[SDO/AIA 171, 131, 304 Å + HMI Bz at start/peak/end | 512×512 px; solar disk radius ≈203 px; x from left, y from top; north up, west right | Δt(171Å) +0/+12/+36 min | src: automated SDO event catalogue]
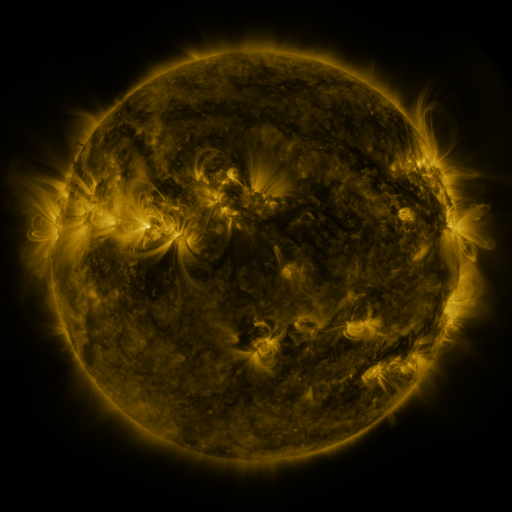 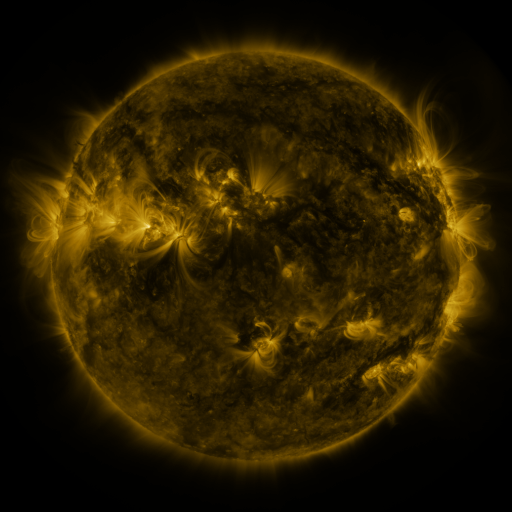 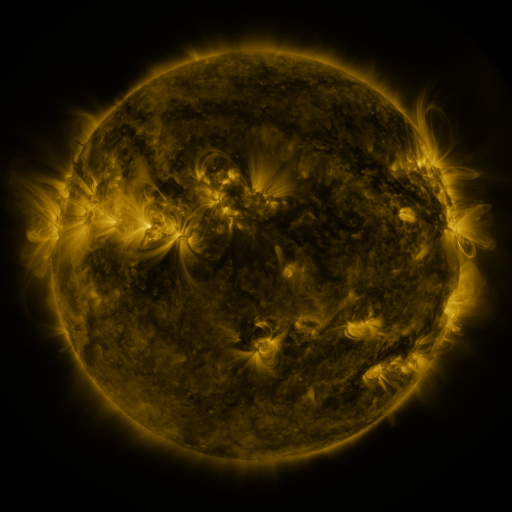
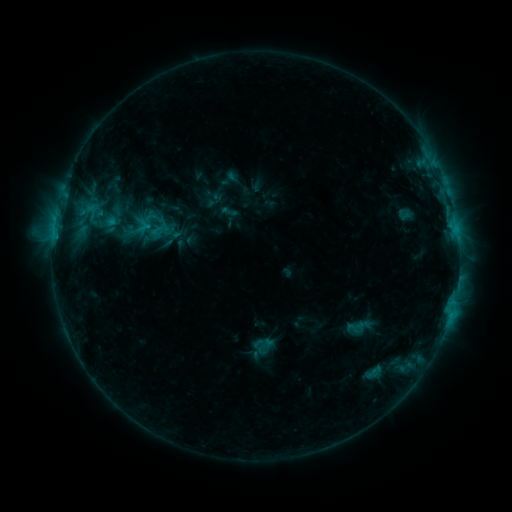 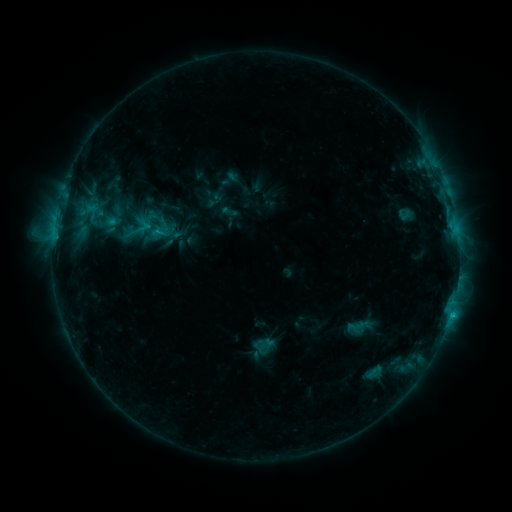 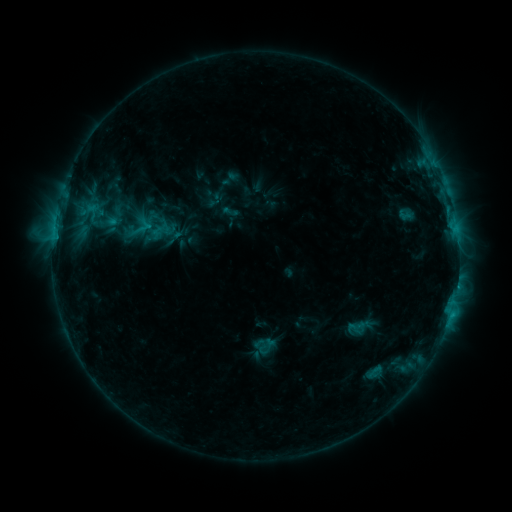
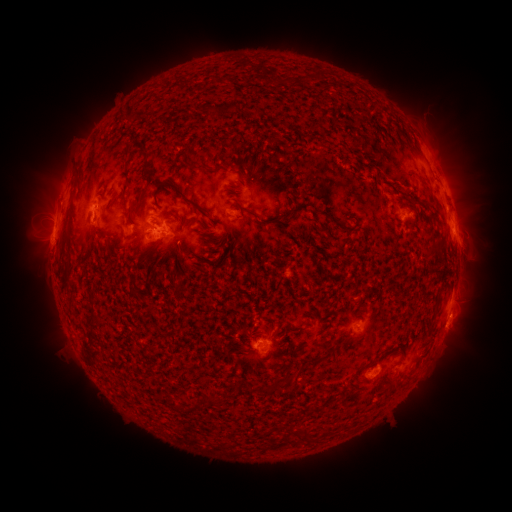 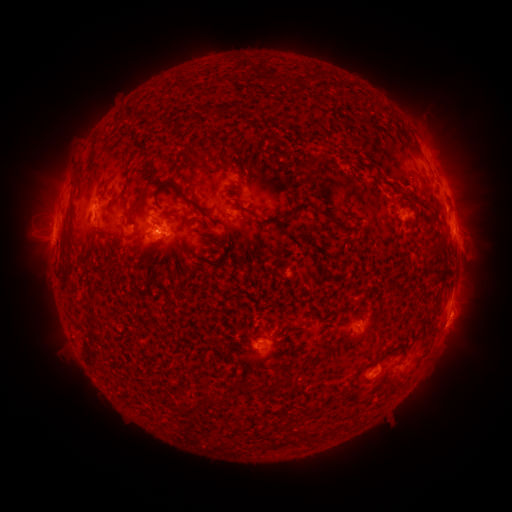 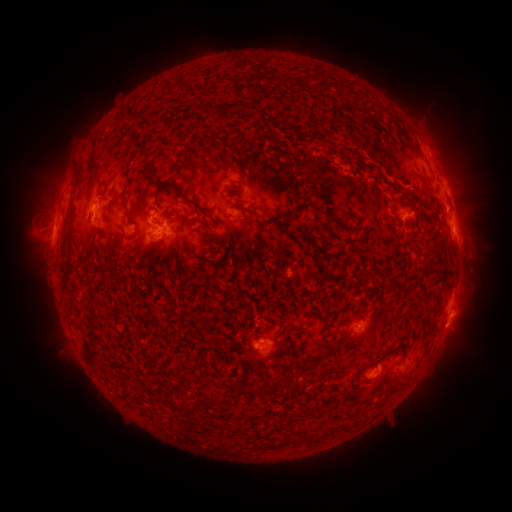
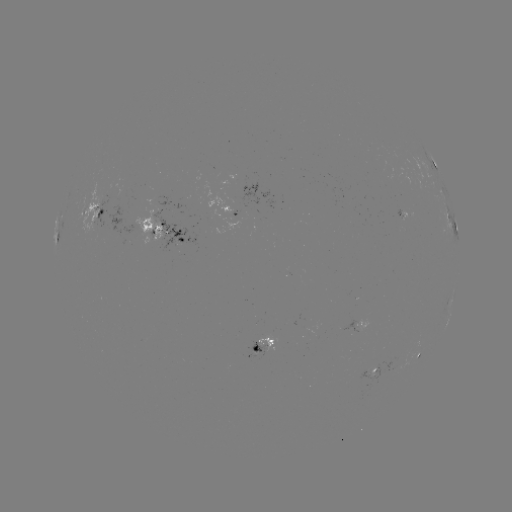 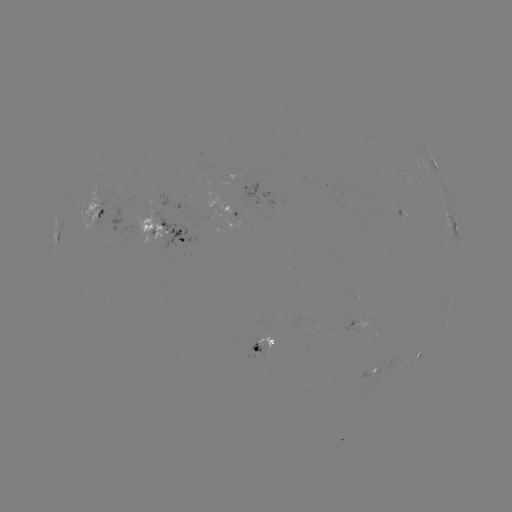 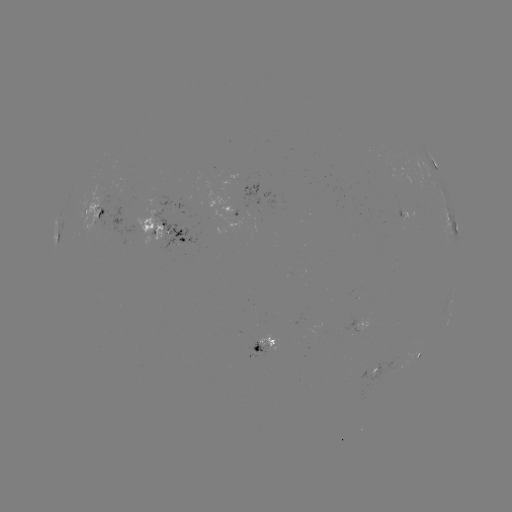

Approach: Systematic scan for C1.6 flare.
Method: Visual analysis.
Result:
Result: C1.6 flare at [451, 312].